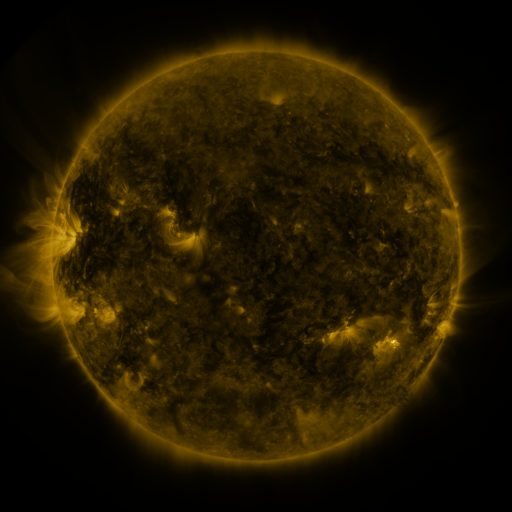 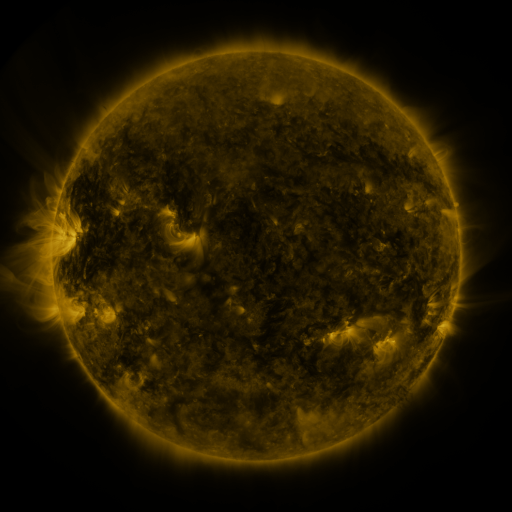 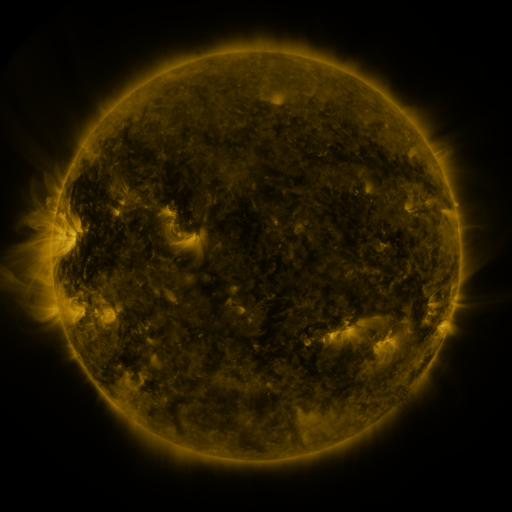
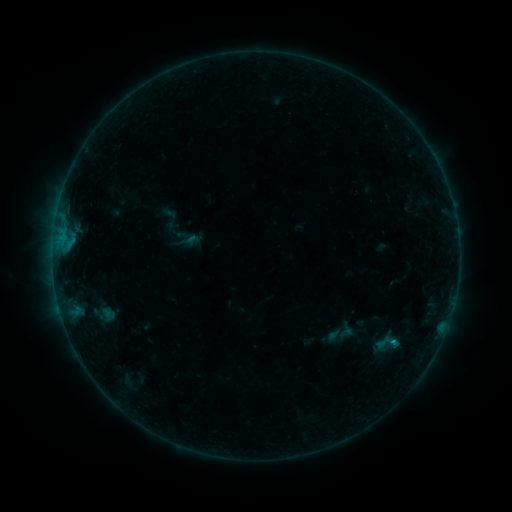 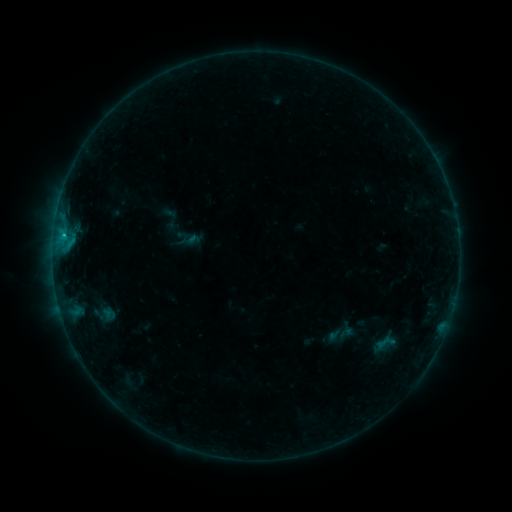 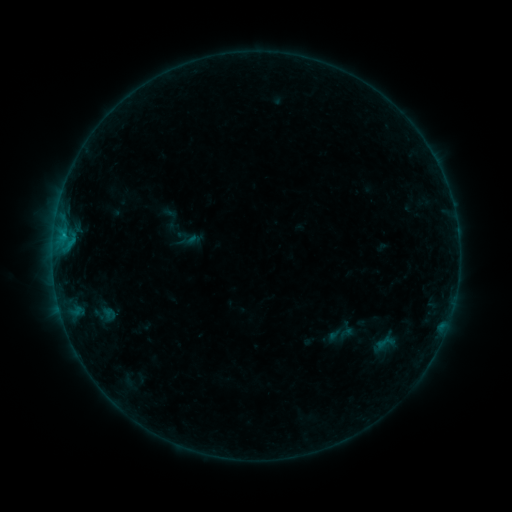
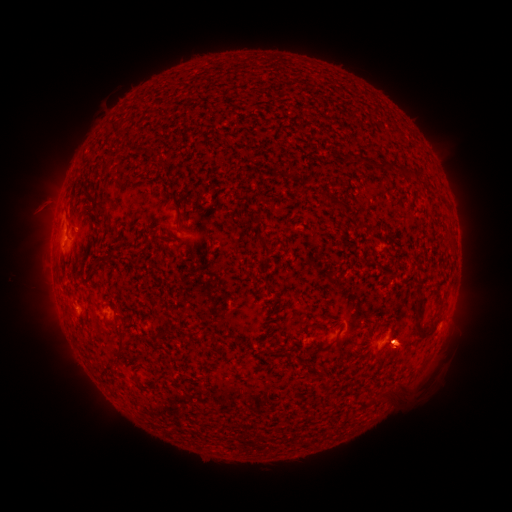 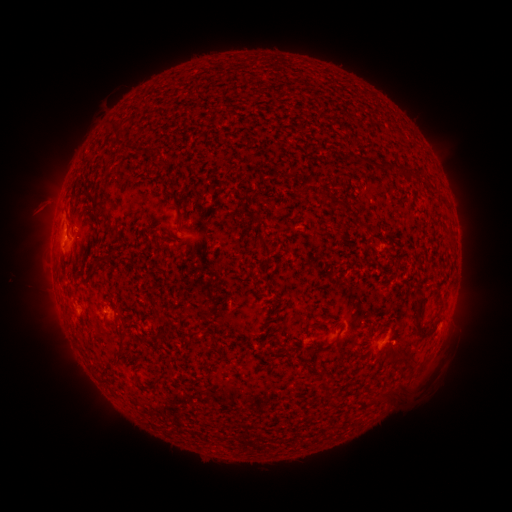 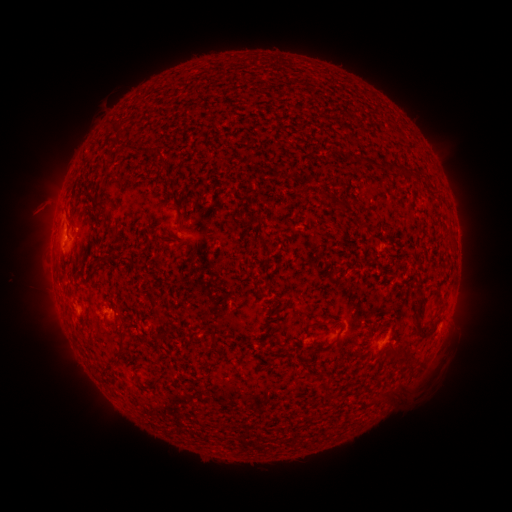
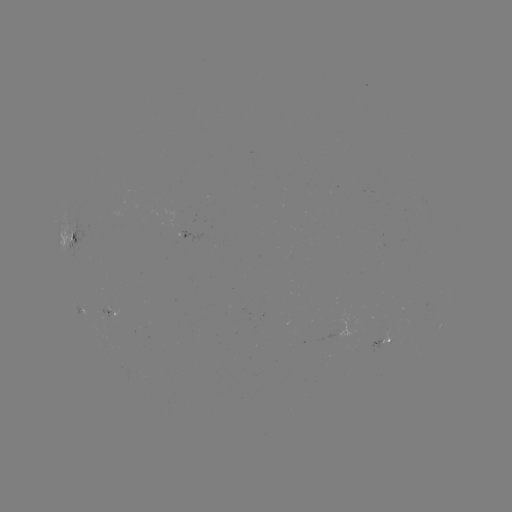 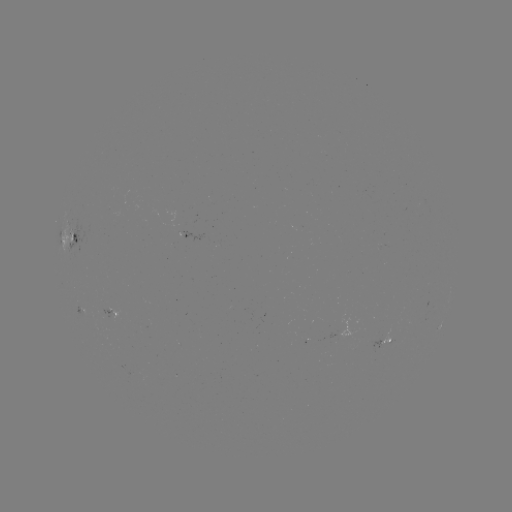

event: flare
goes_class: B5.5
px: (63, 236)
